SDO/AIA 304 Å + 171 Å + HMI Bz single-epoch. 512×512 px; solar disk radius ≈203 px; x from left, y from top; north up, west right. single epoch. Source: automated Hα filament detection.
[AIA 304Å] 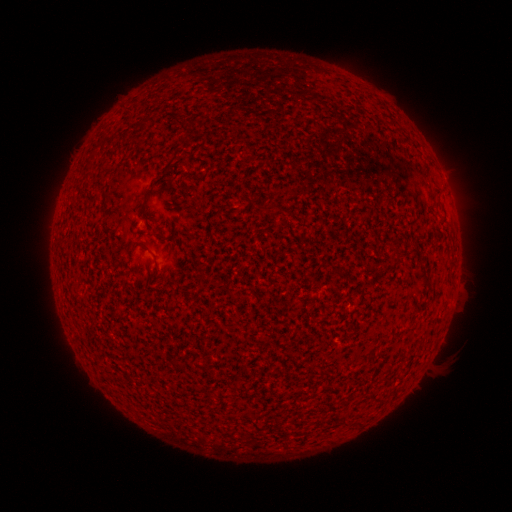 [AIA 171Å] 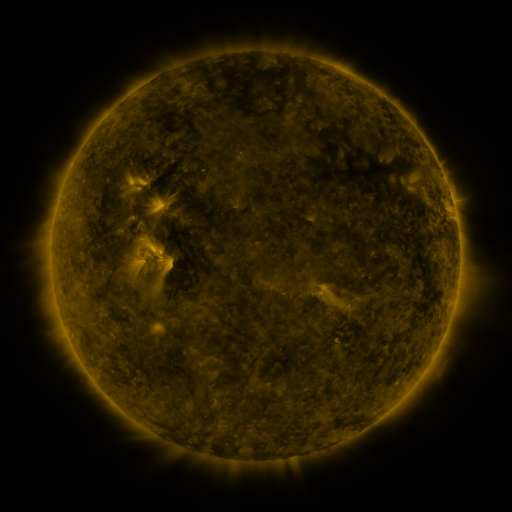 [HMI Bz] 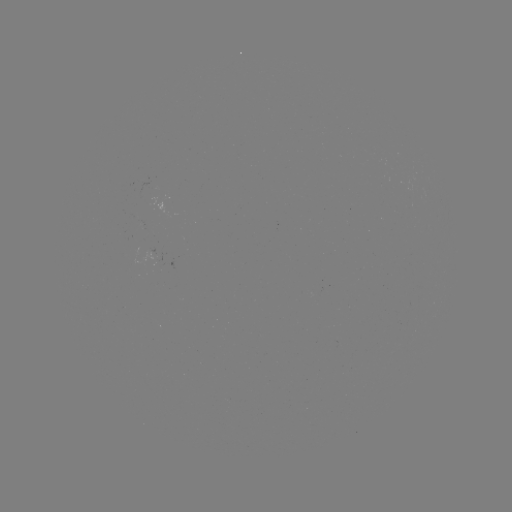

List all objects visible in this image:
filament: (177, 122)
filament: (89, 163)
filament: (169, 163)
filament: (268, 207)
filament: (398, 258)
filament: (157, 272)
